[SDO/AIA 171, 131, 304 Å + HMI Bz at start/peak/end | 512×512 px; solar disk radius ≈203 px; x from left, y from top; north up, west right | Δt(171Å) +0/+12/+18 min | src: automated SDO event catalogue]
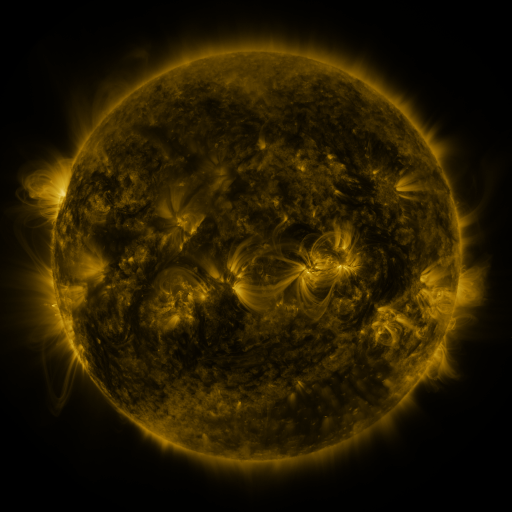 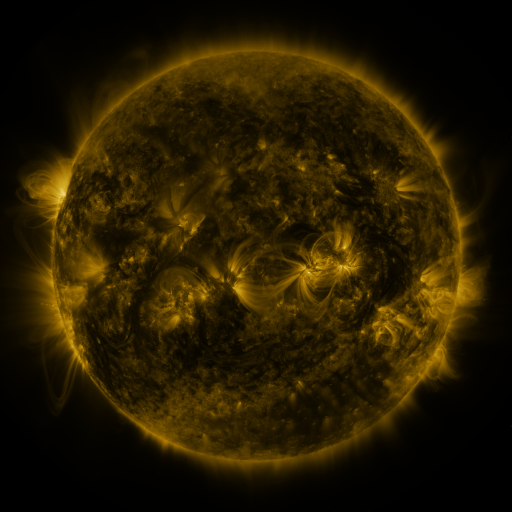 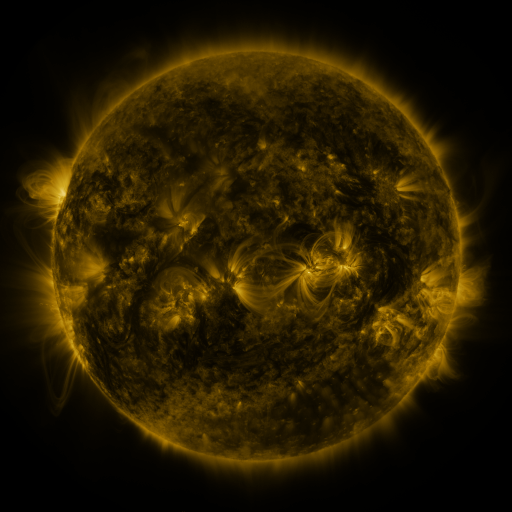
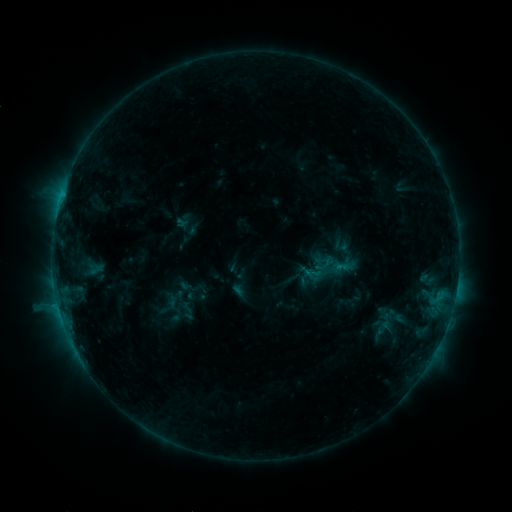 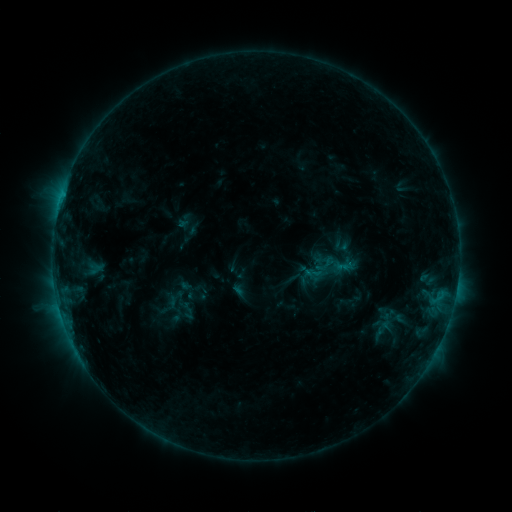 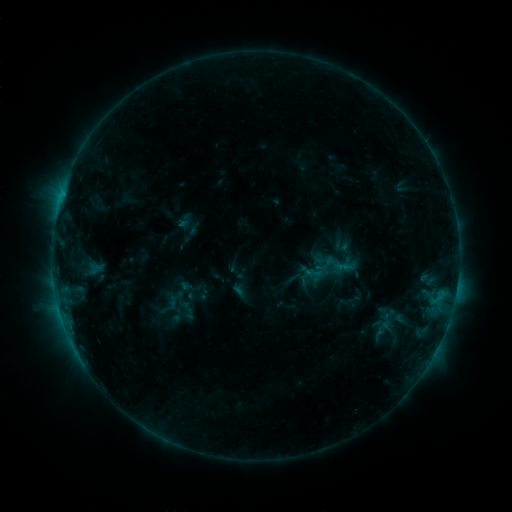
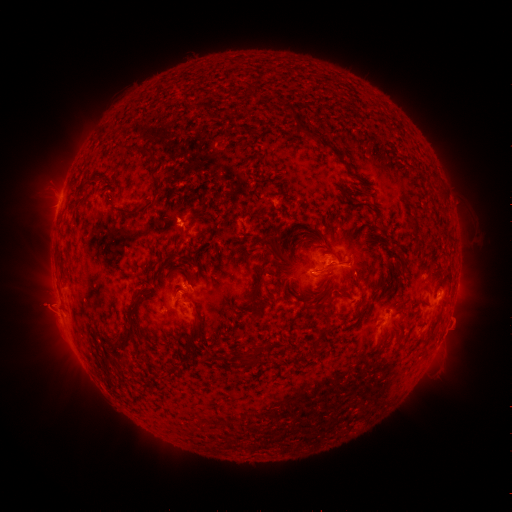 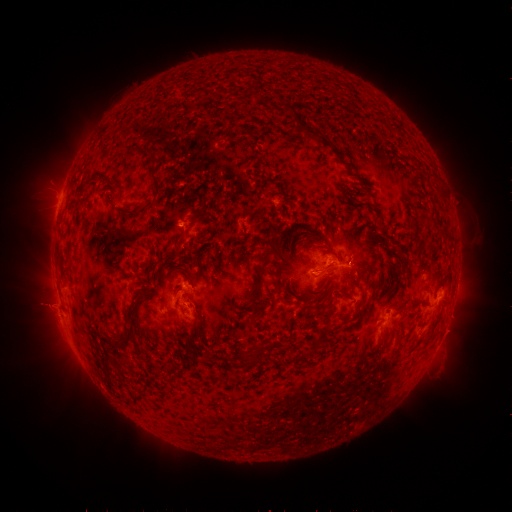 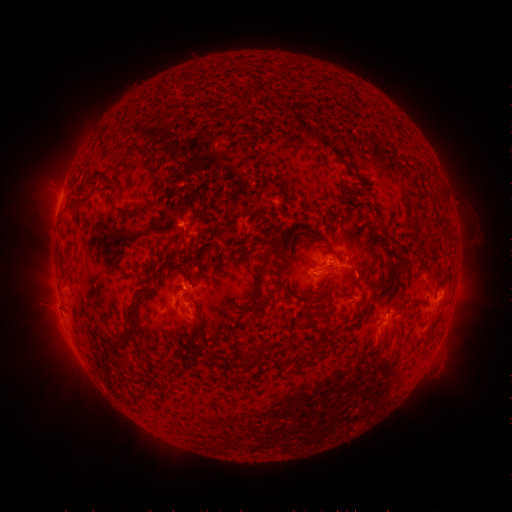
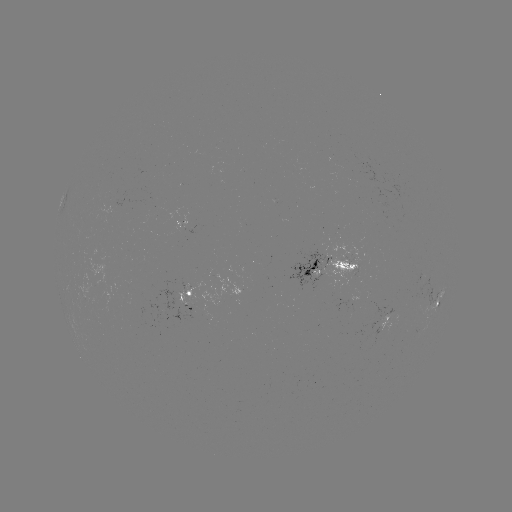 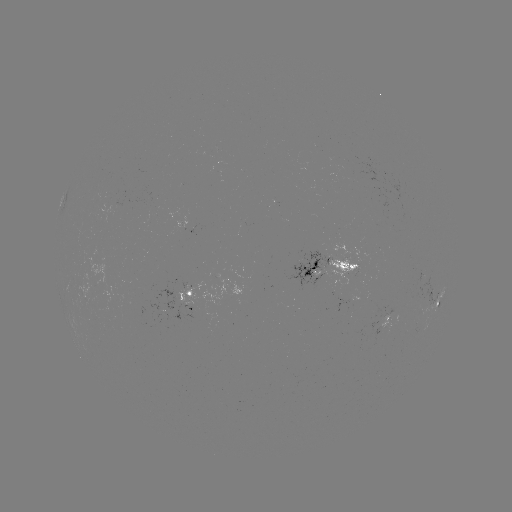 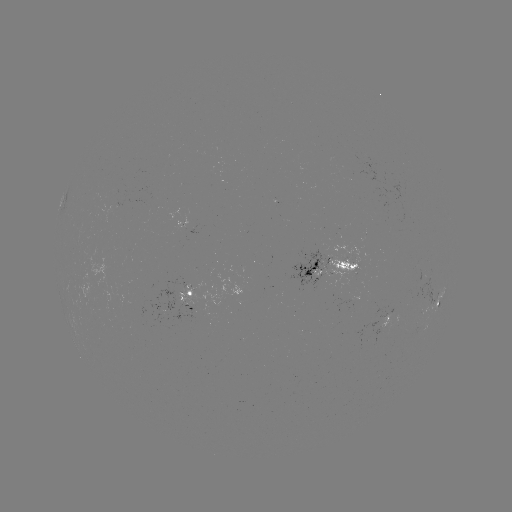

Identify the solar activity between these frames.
nothing was catalogued: no classed flare, no EUV trigger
